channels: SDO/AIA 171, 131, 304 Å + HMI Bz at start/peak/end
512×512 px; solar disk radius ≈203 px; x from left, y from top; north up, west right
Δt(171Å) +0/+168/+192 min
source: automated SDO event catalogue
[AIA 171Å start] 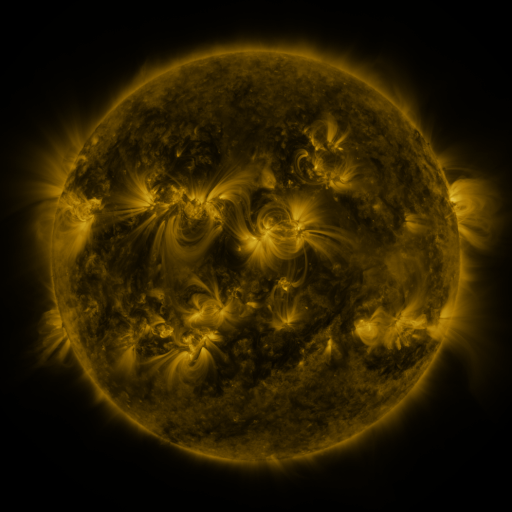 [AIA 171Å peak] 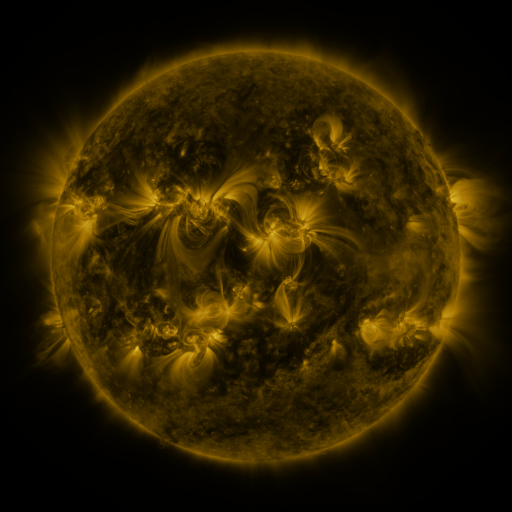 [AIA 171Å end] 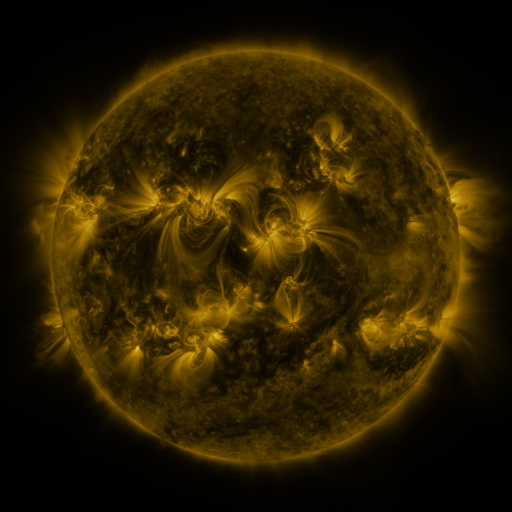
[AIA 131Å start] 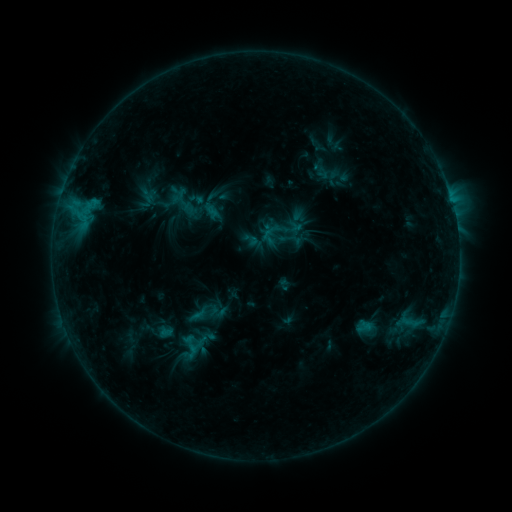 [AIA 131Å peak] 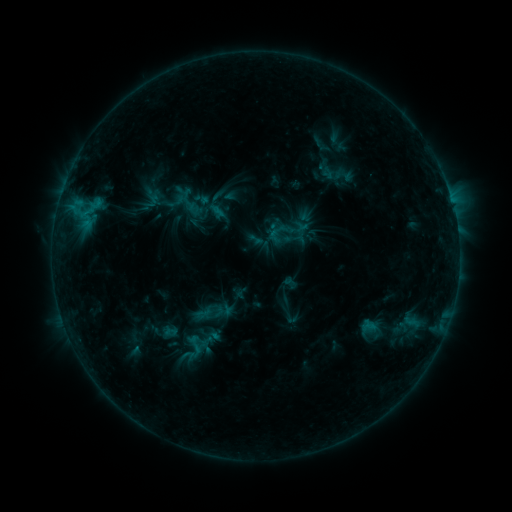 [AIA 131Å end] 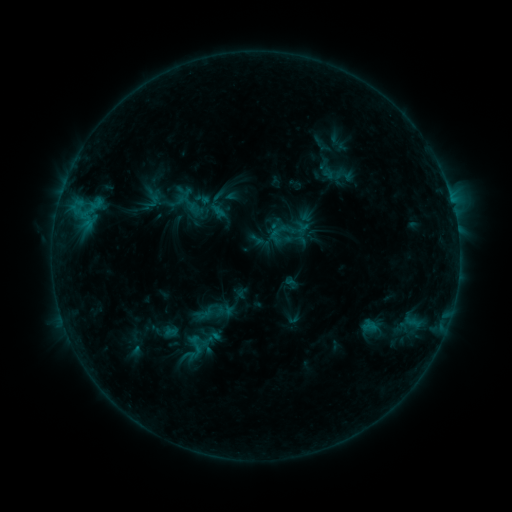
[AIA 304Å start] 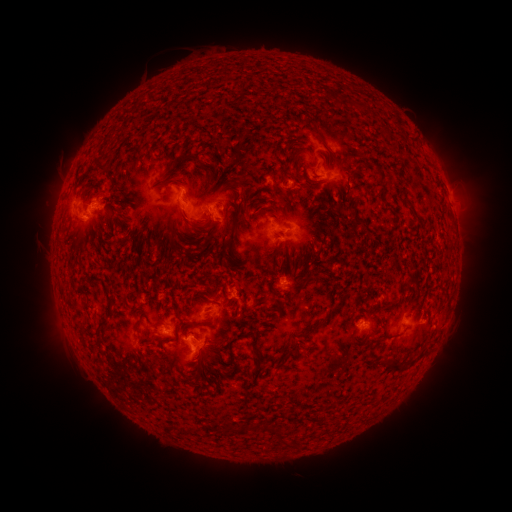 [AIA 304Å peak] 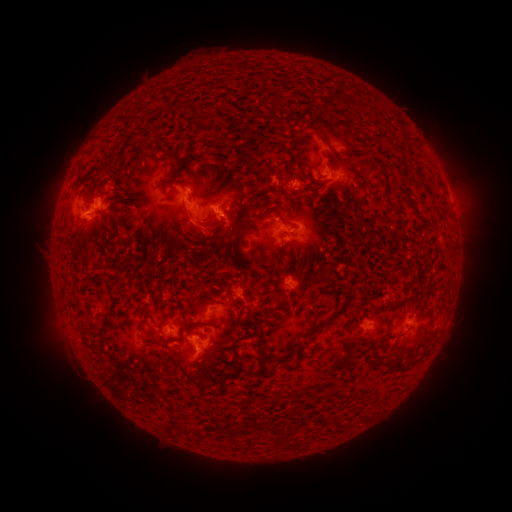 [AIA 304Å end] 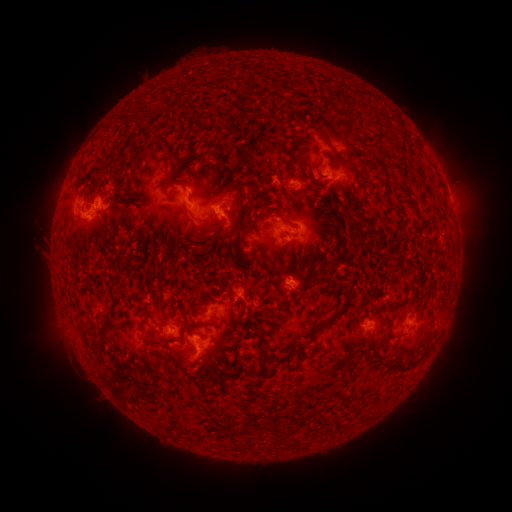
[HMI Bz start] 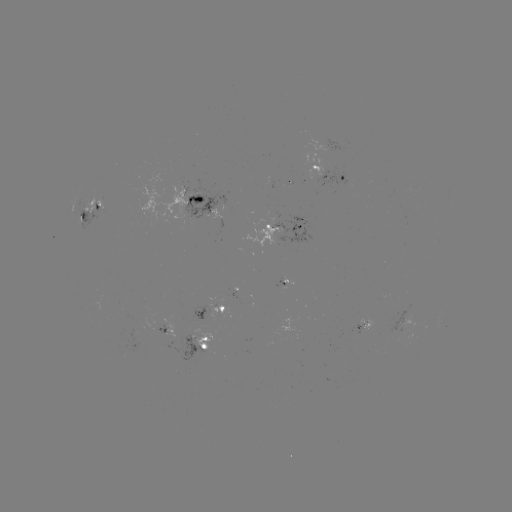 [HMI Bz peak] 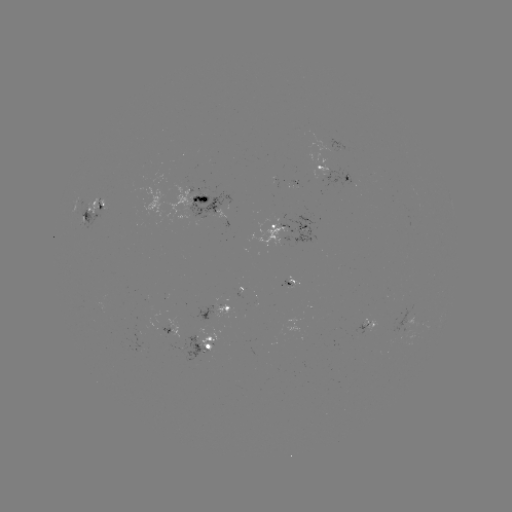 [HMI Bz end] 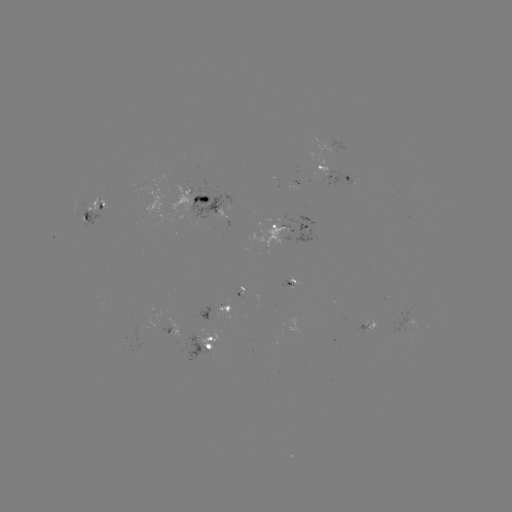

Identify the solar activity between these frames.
emerging-flux region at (295, 185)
